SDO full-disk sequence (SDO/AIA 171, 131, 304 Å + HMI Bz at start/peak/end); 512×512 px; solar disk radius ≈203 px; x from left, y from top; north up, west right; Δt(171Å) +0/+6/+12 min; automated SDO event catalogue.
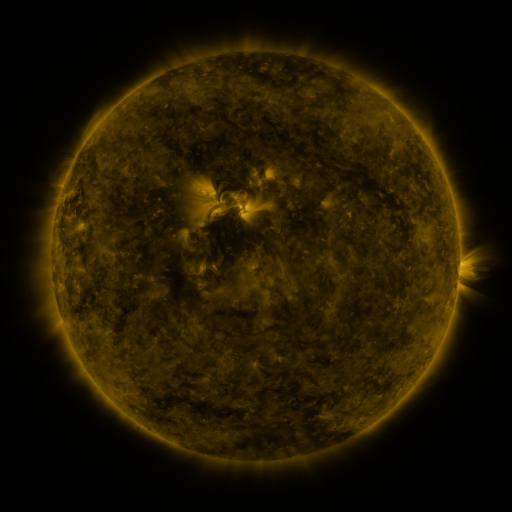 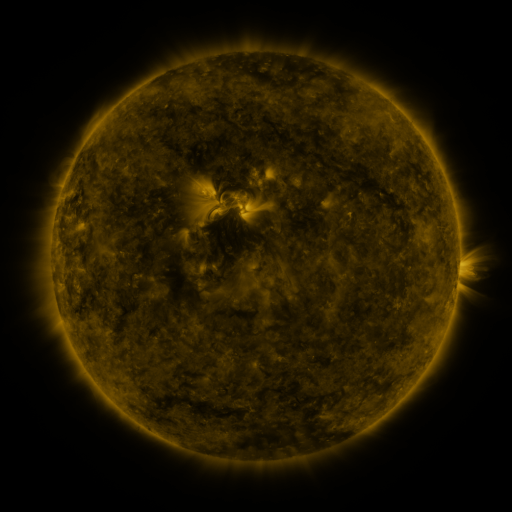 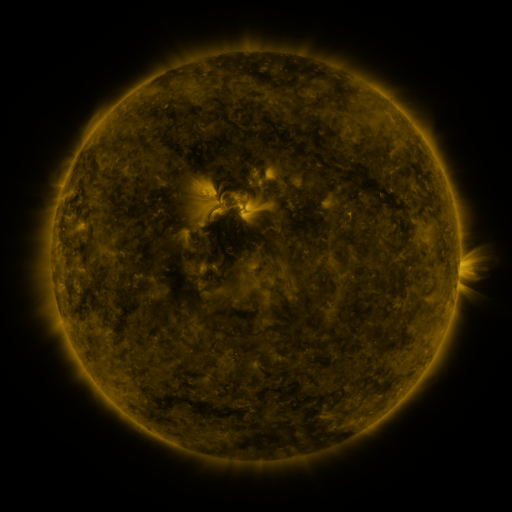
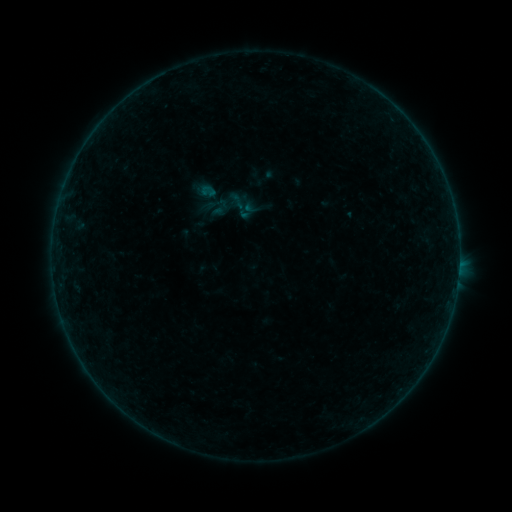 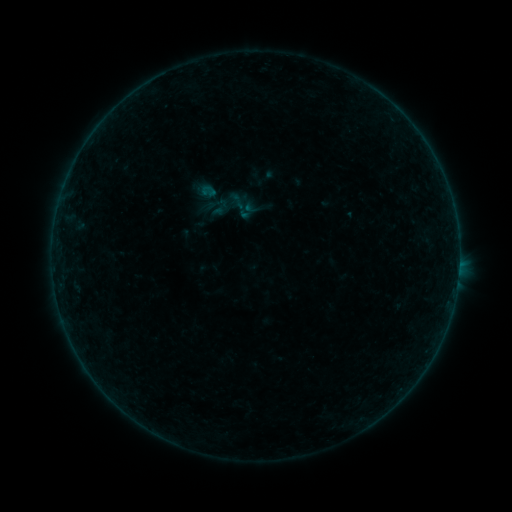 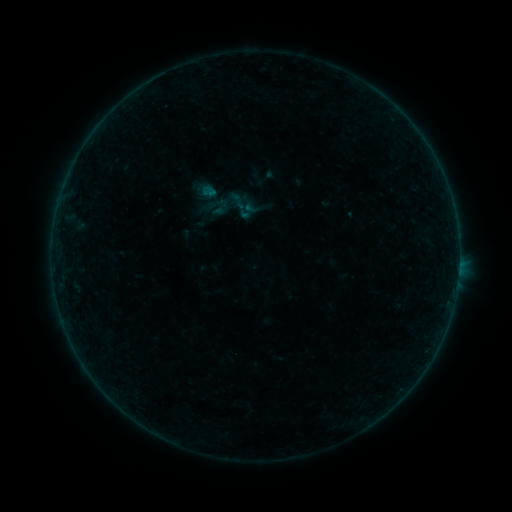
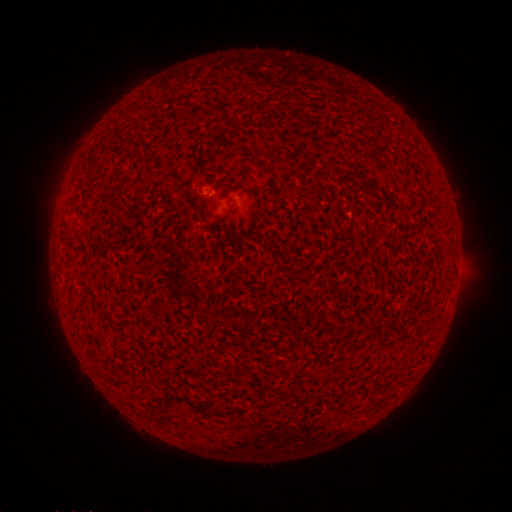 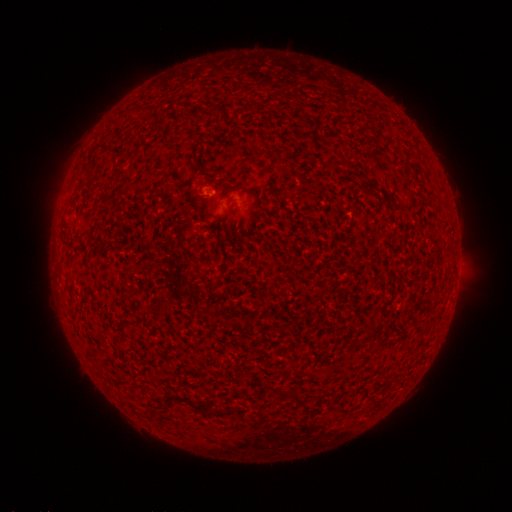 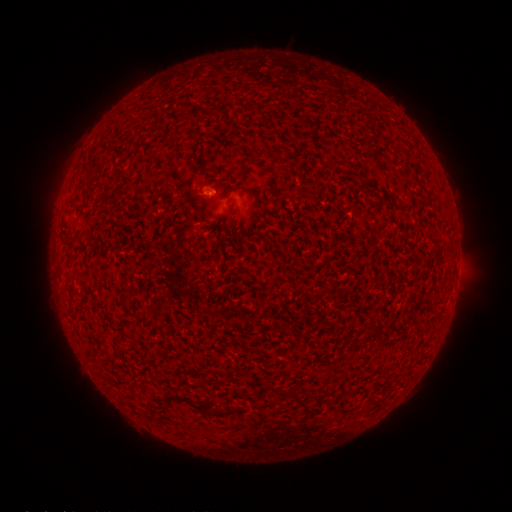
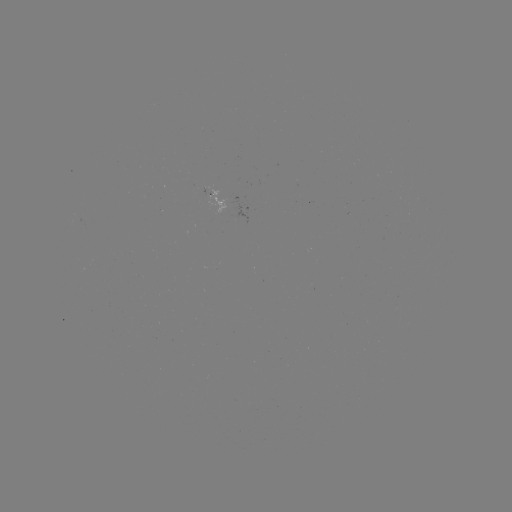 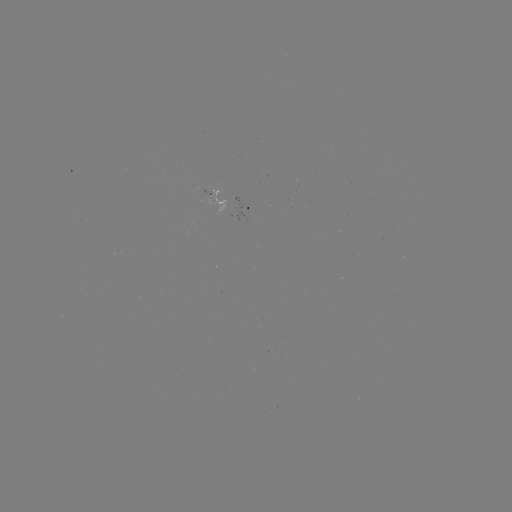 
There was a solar flare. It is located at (214, 194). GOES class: B1.2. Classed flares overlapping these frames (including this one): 1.